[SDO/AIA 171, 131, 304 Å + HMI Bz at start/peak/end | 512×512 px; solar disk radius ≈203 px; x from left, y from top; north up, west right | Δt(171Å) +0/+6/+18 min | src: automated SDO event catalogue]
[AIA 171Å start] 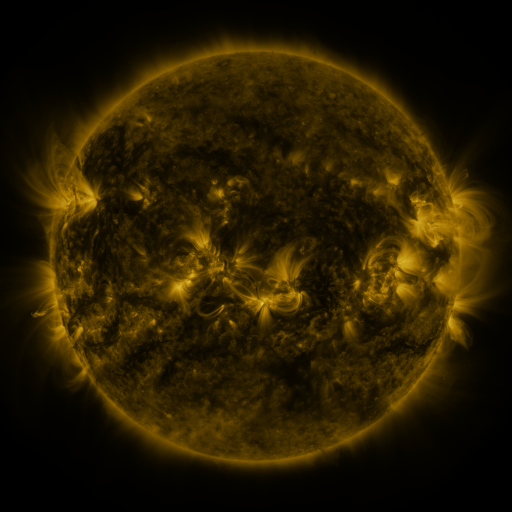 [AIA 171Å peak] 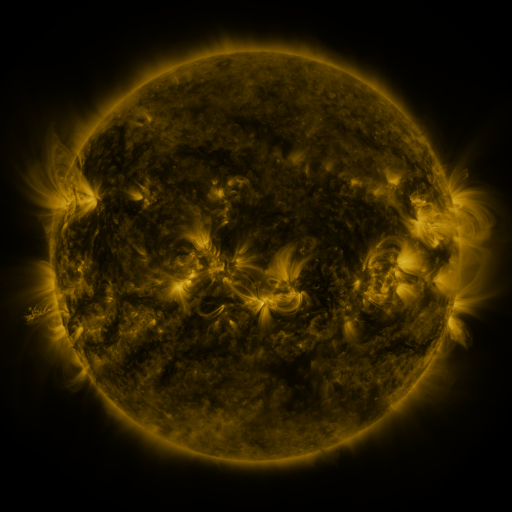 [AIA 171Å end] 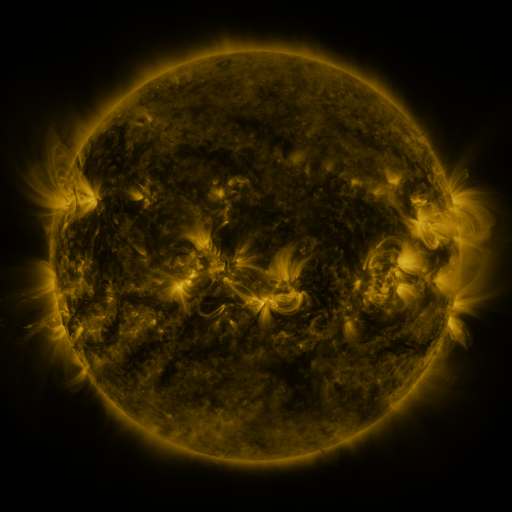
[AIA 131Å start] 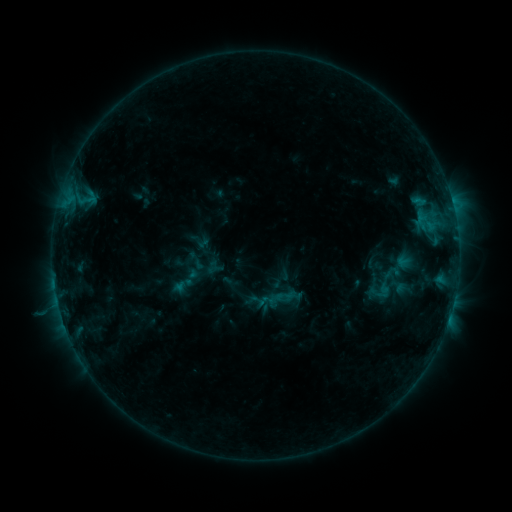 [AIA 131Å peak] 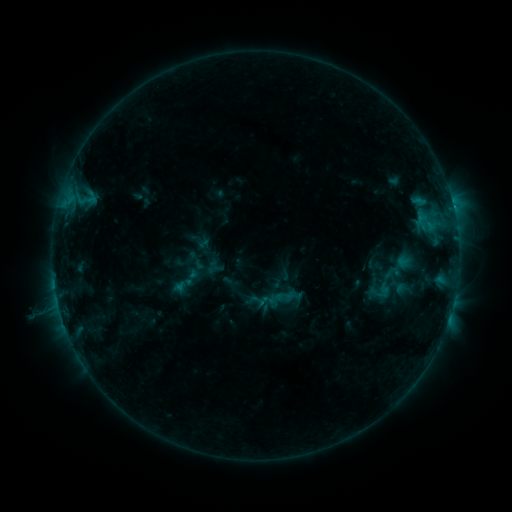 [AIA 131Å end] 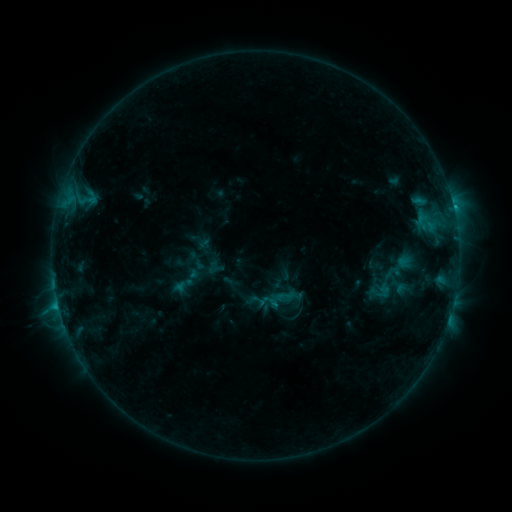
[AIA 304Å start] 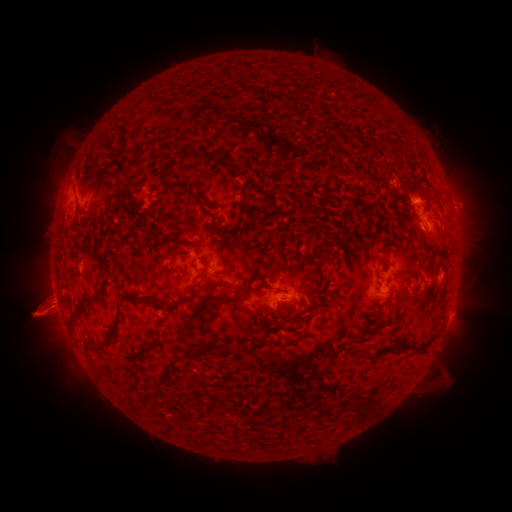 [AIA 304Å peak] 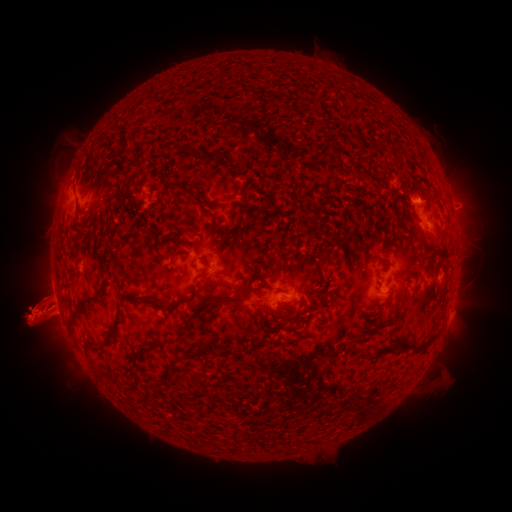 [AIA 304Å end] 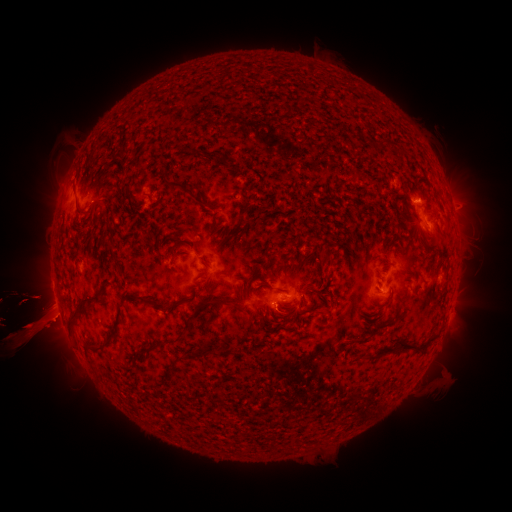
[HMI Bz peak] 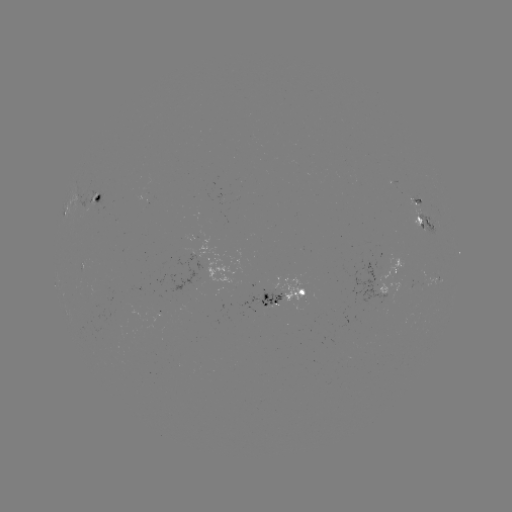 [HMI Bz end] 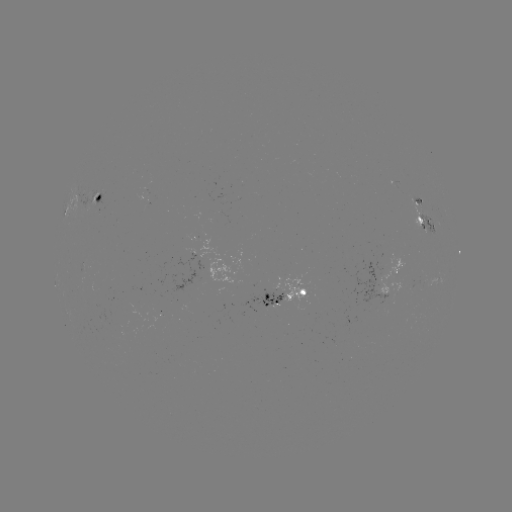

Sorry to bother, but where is eruption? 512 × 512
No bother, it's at [490, 311].